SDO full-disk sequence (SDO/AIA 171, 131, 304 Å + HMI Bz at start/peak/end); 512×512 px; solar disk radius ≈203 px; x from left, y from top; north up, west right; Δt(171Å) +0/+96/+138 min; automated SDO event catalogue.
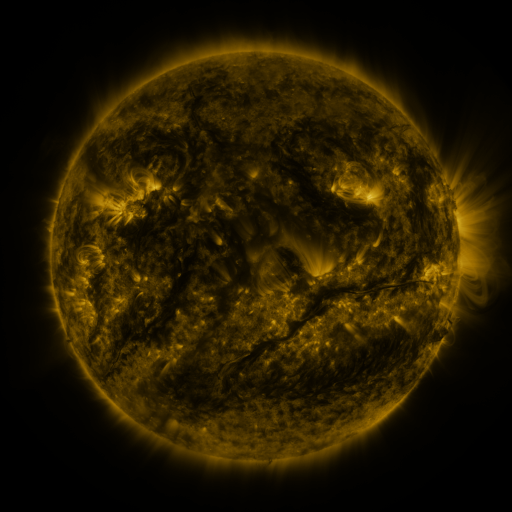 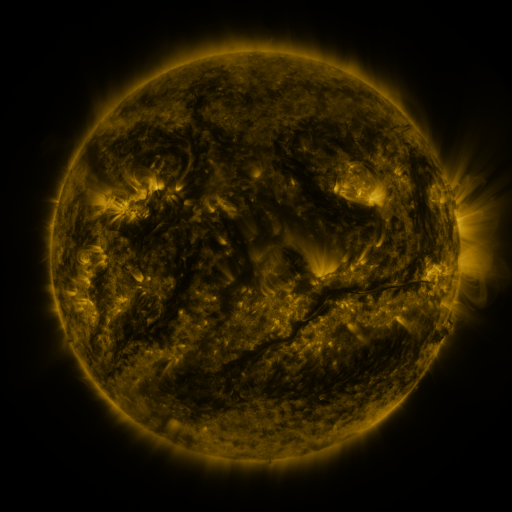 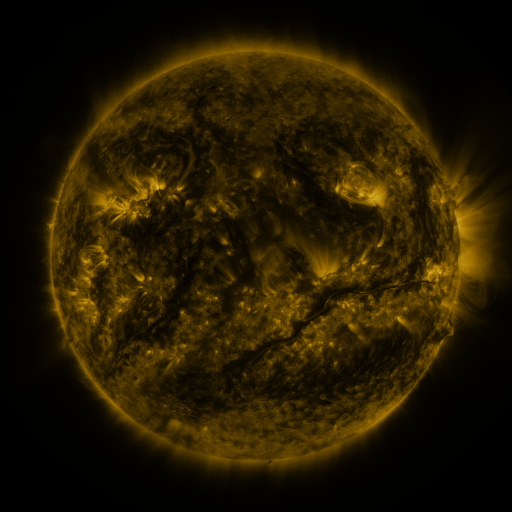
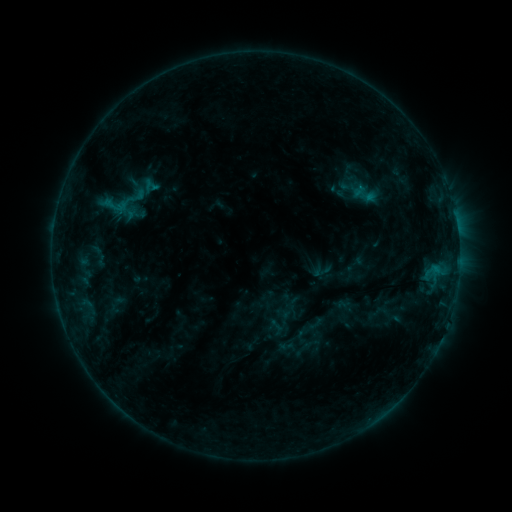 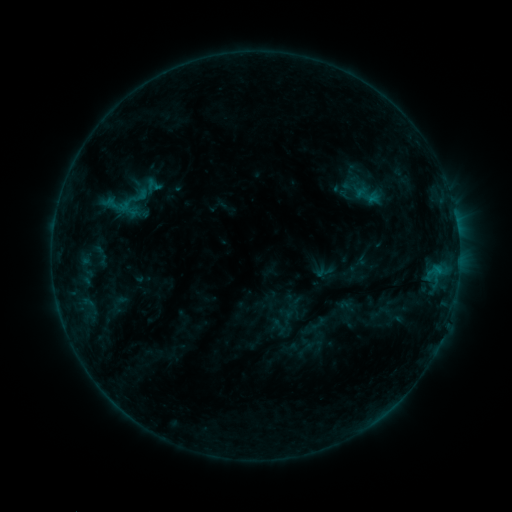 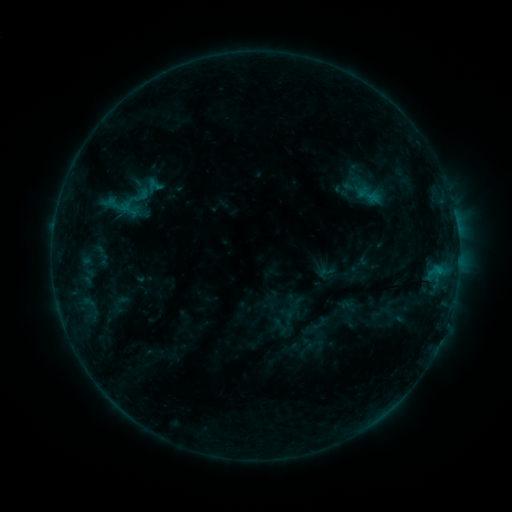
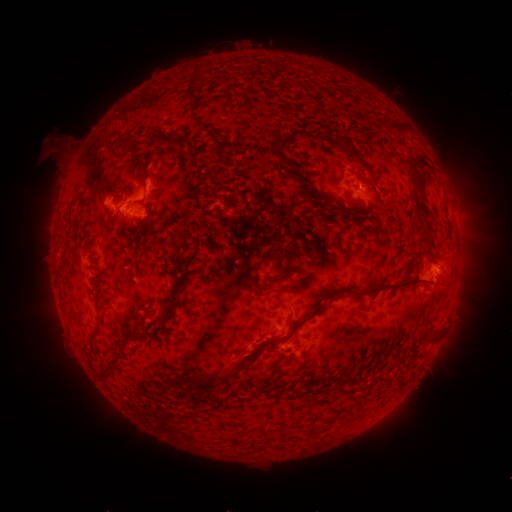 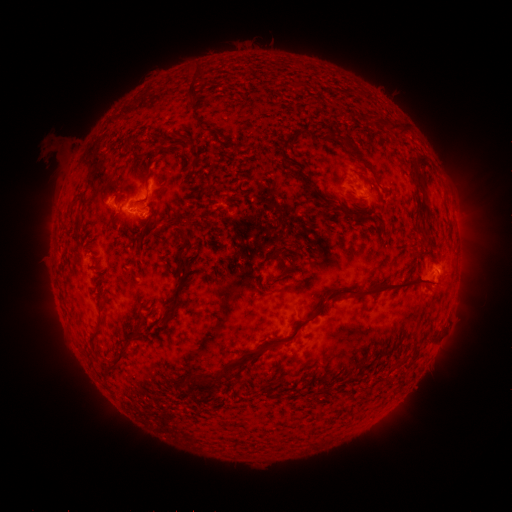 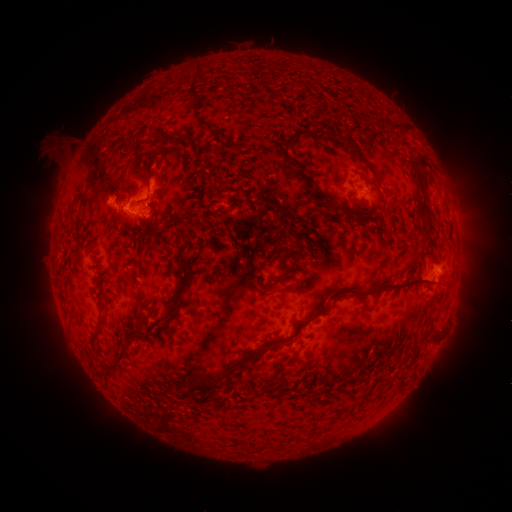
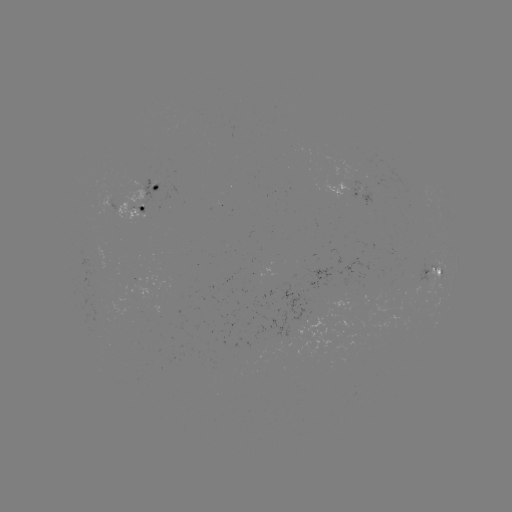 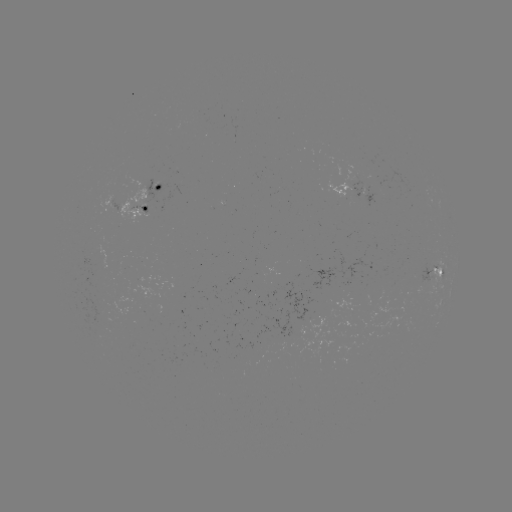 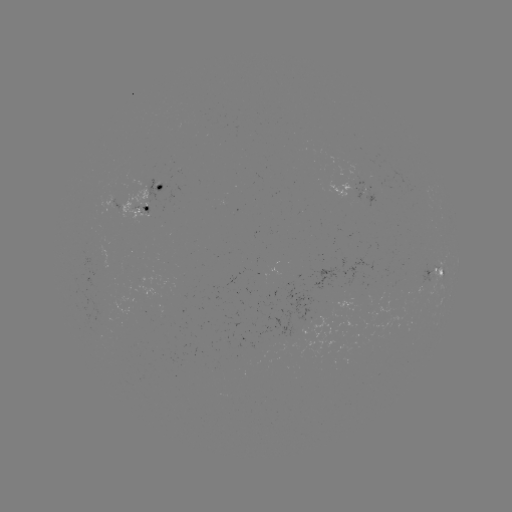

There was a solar emerging-flux region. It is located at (303, 319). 